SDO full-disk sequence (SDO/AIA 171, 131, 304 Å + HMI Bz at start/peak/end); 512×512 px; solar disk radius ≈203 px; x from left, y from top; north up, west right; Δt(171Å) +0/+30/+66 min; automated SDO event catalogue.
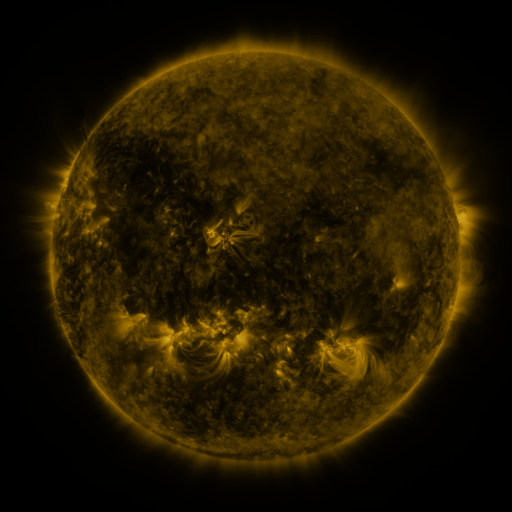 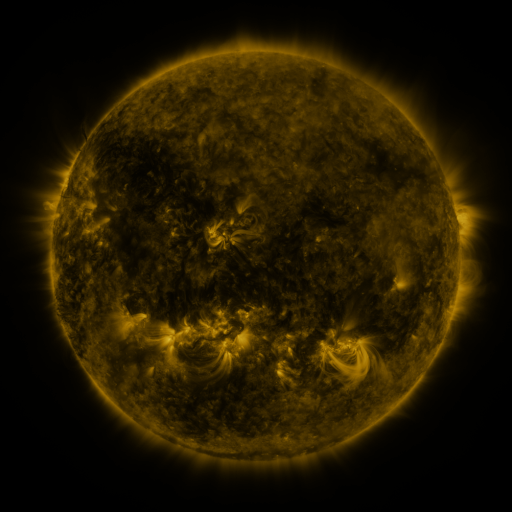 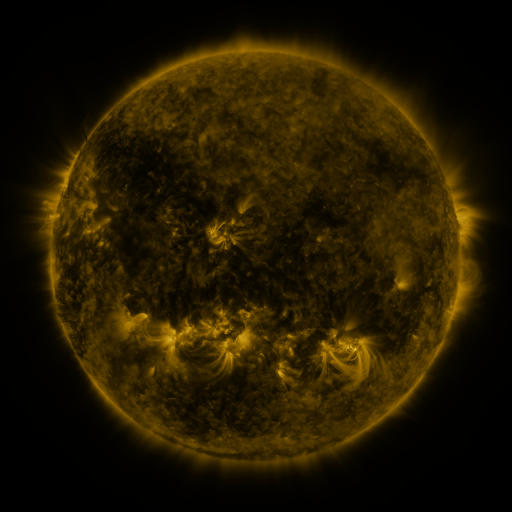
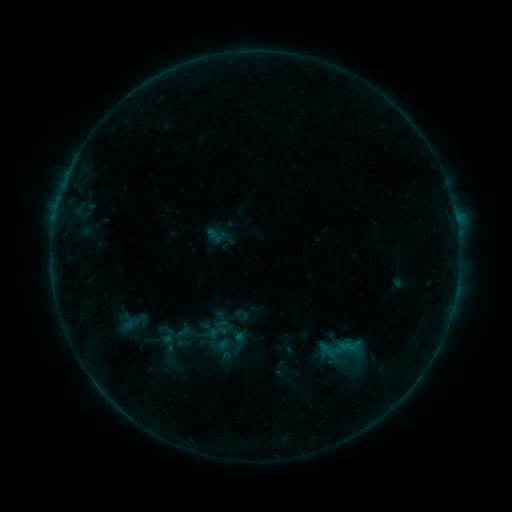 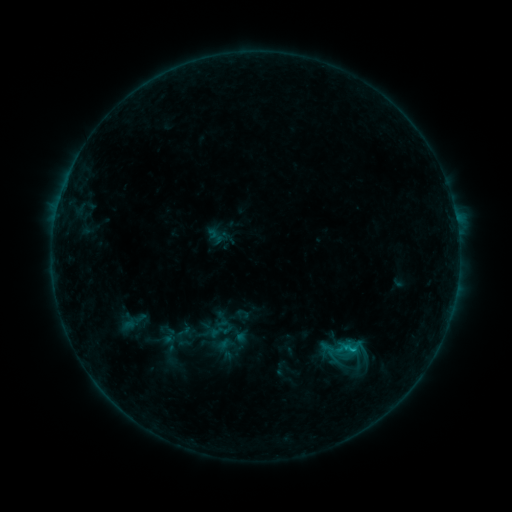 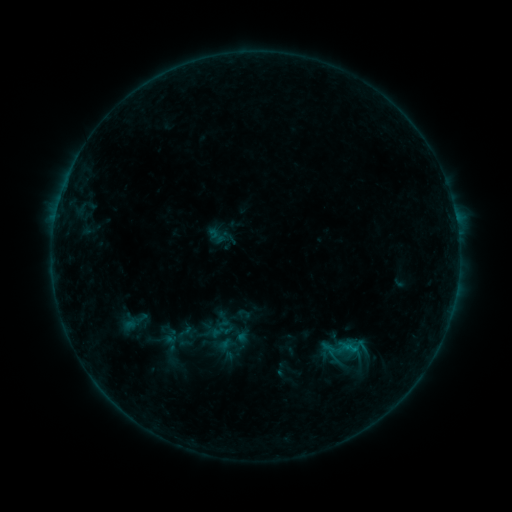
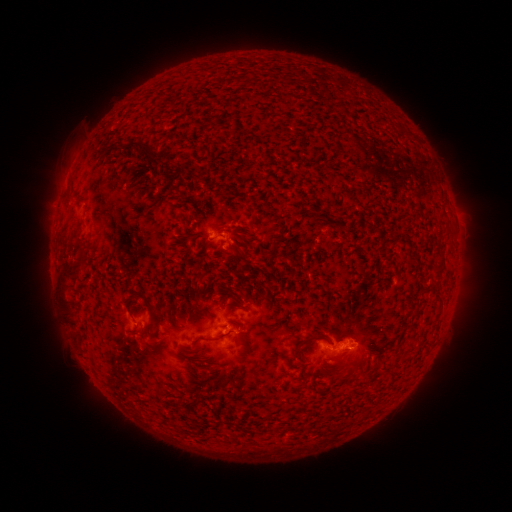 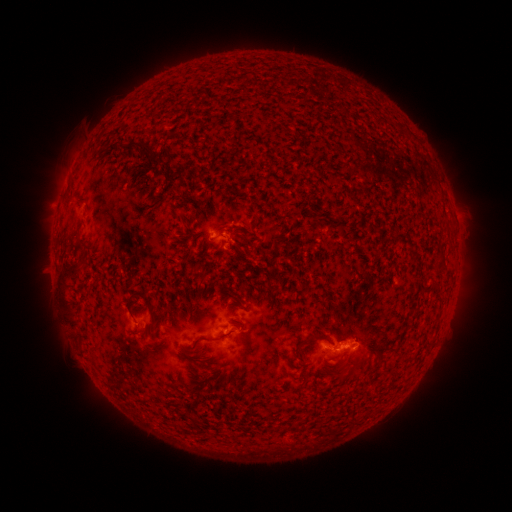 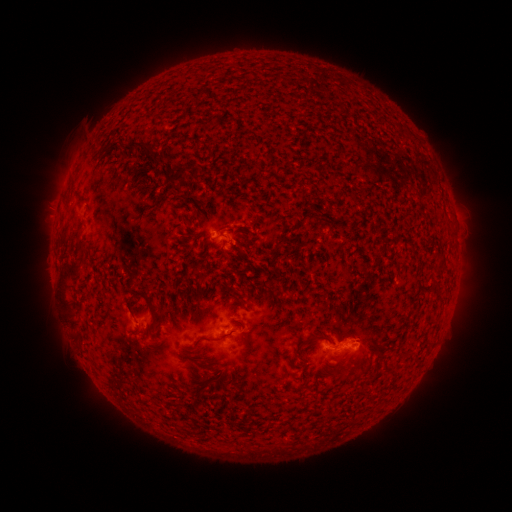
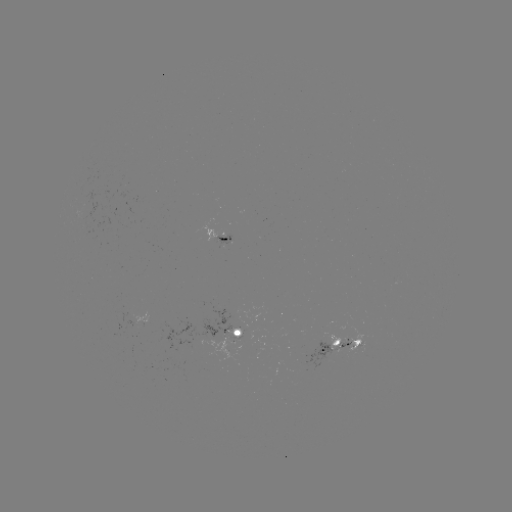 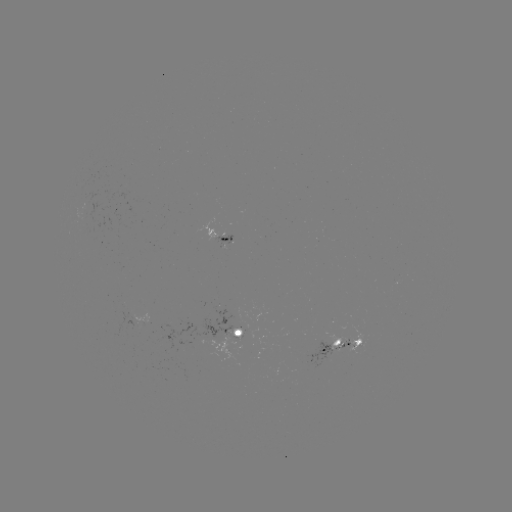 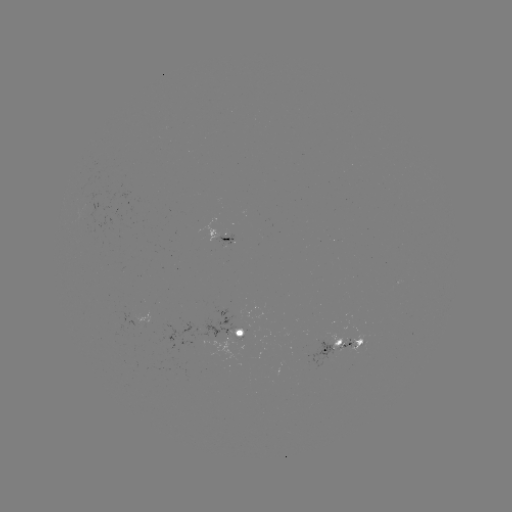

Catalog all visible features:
B8.2 flare: (351, 348)
